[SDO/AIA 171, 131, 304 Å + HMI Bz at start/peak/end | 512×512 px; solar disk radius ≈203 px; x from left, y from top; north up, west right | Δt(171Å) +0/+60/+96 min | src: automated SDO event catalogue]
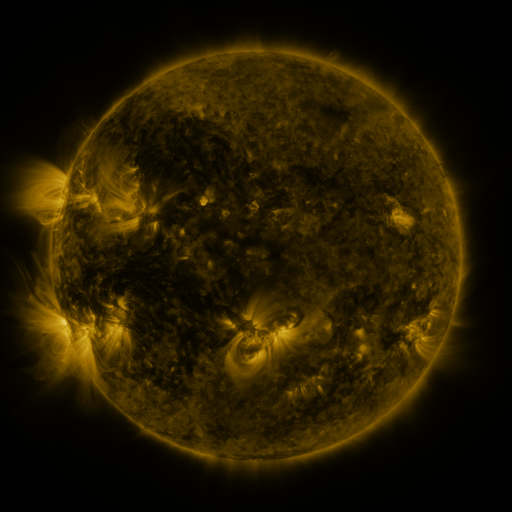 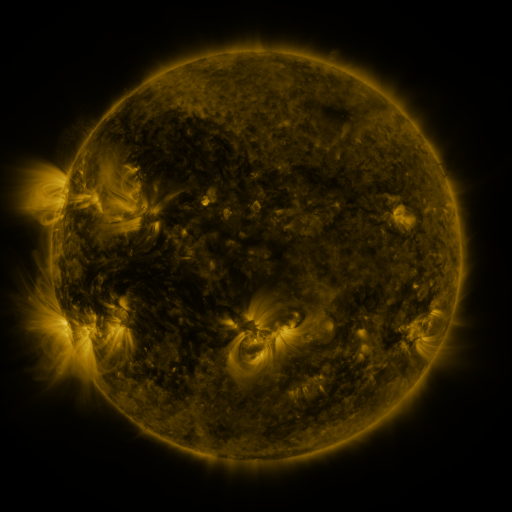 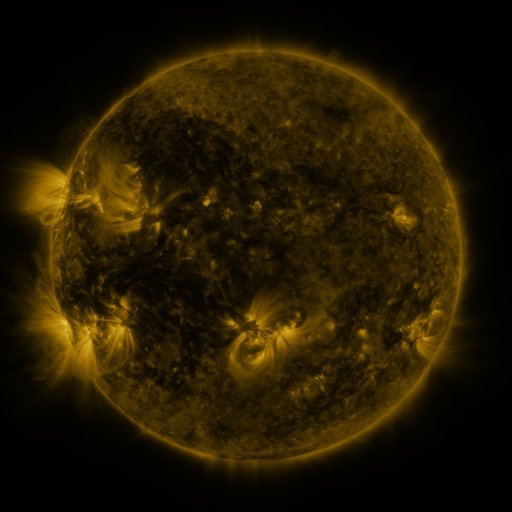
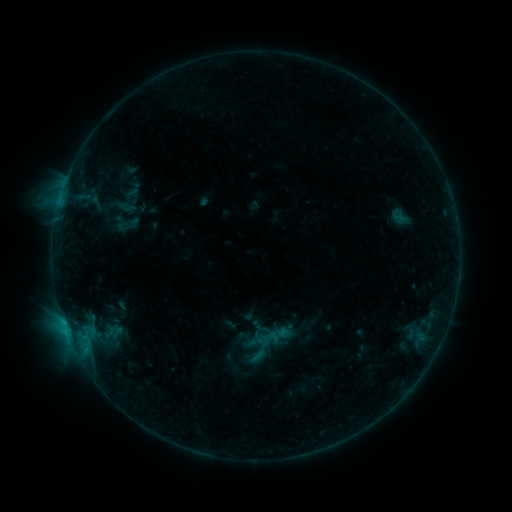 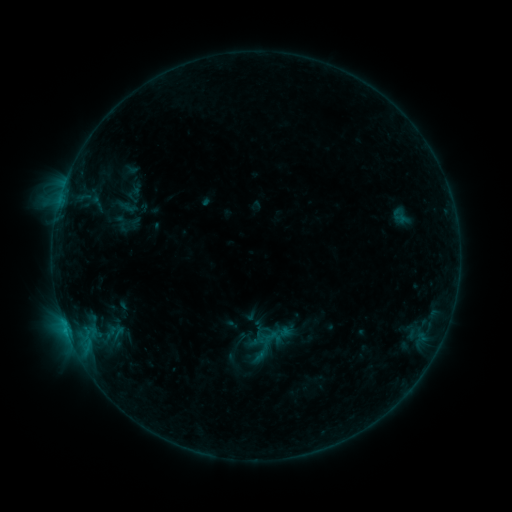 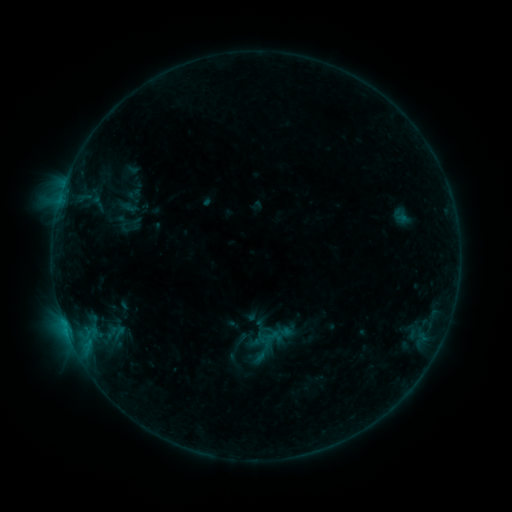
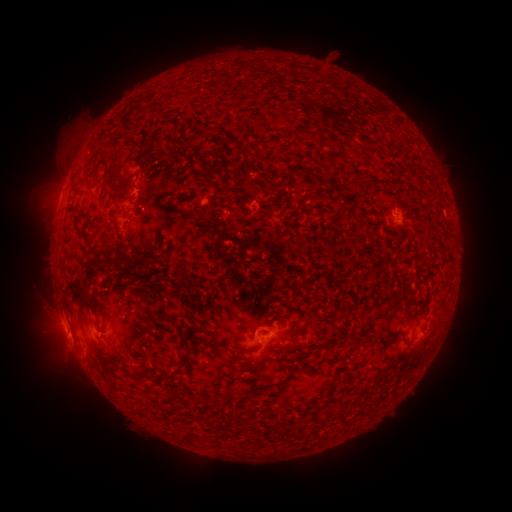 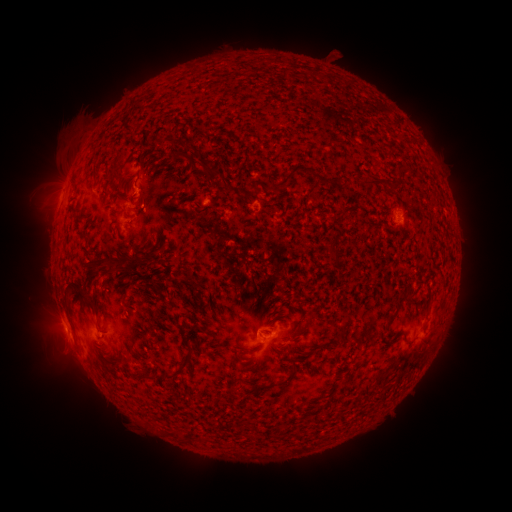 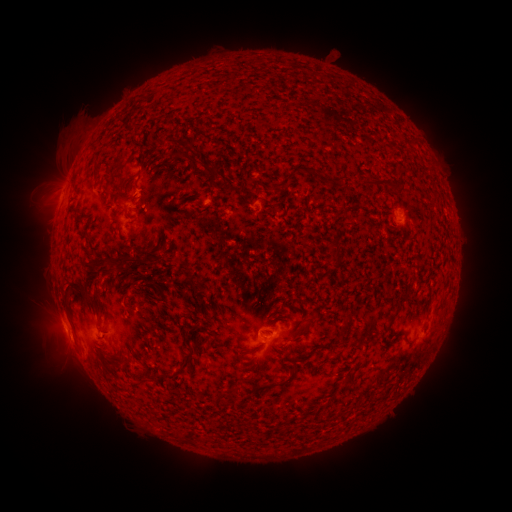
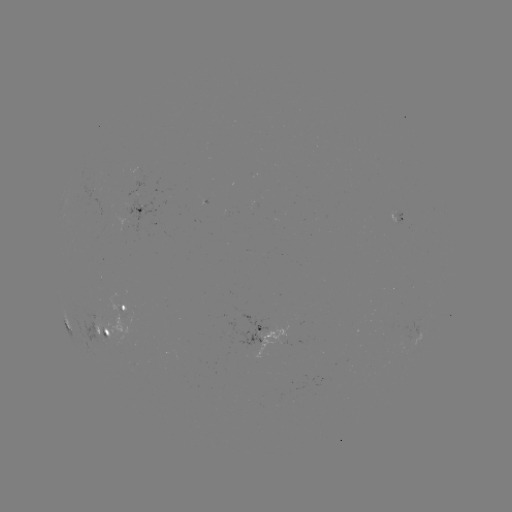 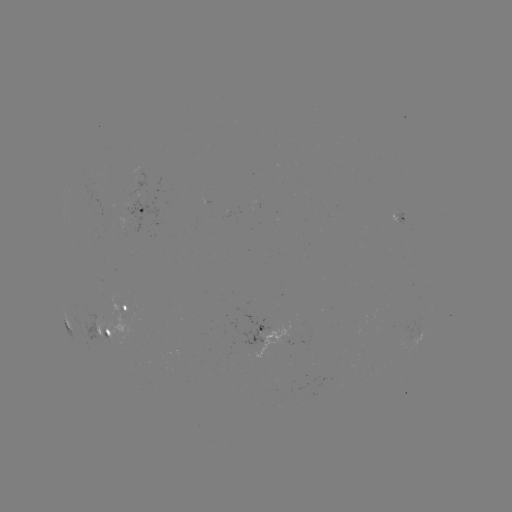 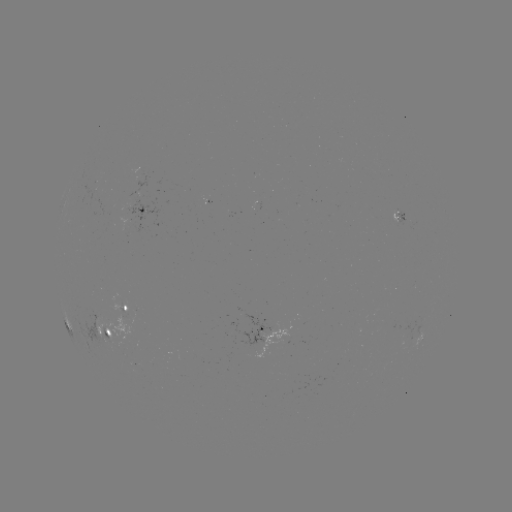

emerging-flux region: <bbox>256, 321, 292, 358</bbox>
